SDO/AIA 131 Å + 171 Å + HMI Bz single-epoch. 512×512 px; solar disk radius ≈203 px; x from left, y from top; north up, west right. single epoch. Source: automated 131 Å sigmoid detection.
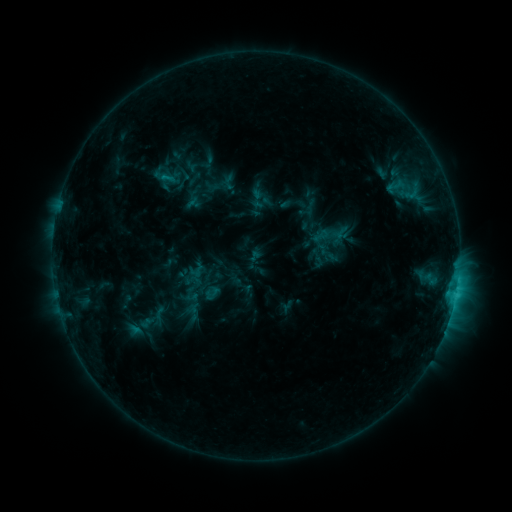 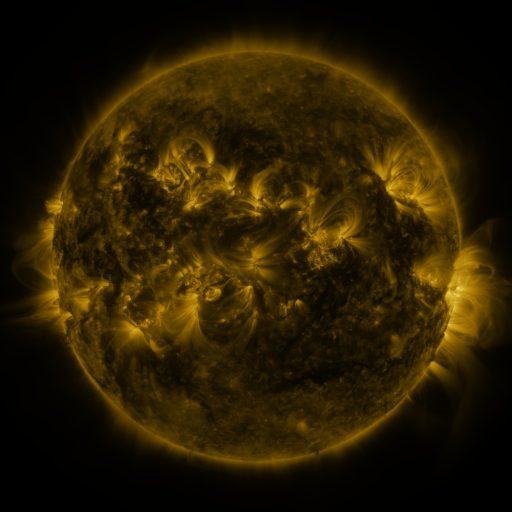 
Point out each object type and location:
sigmoid: (217, 289)
sigmoid: (159, 315)
